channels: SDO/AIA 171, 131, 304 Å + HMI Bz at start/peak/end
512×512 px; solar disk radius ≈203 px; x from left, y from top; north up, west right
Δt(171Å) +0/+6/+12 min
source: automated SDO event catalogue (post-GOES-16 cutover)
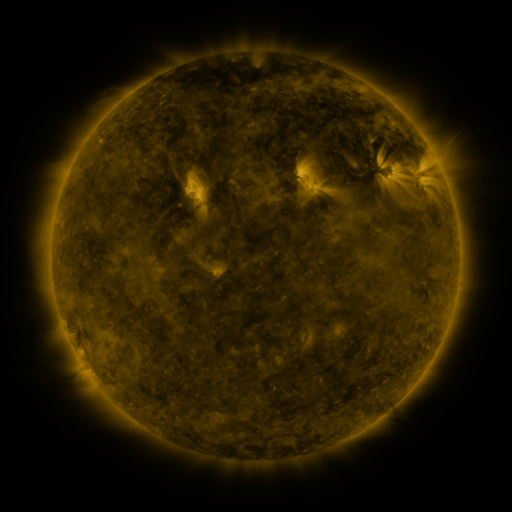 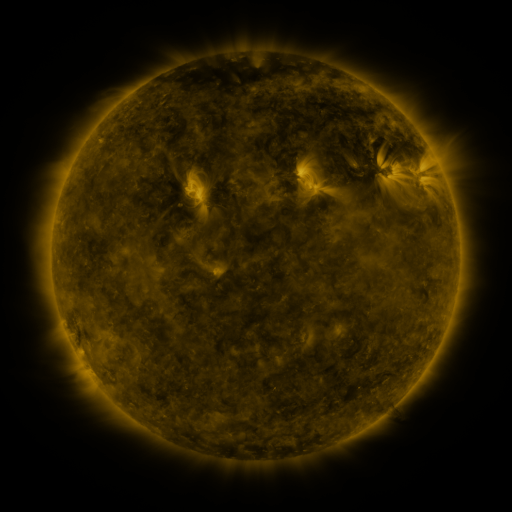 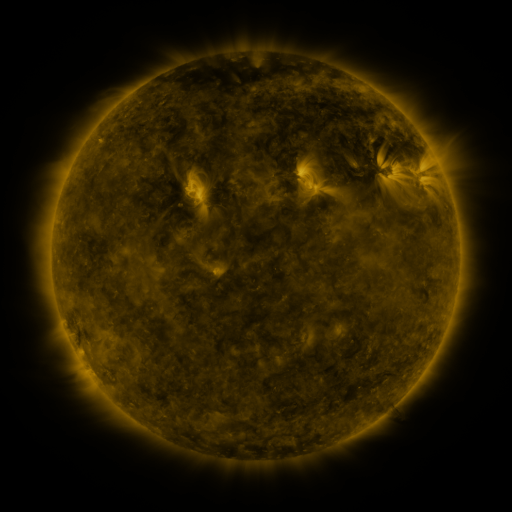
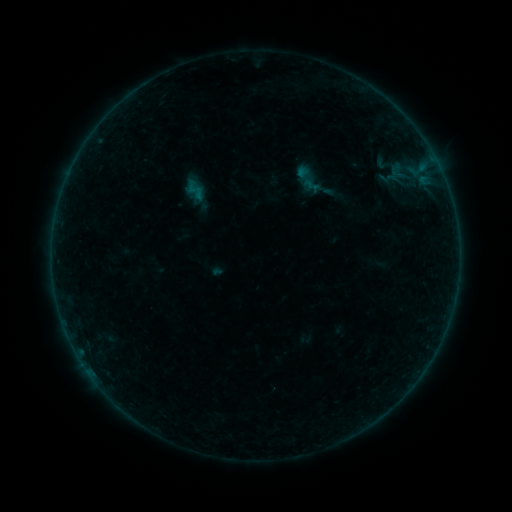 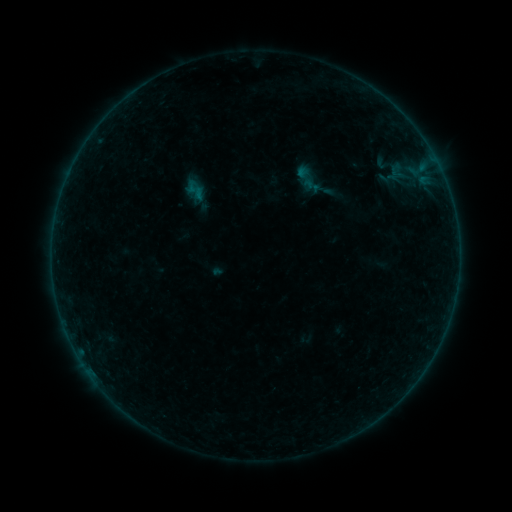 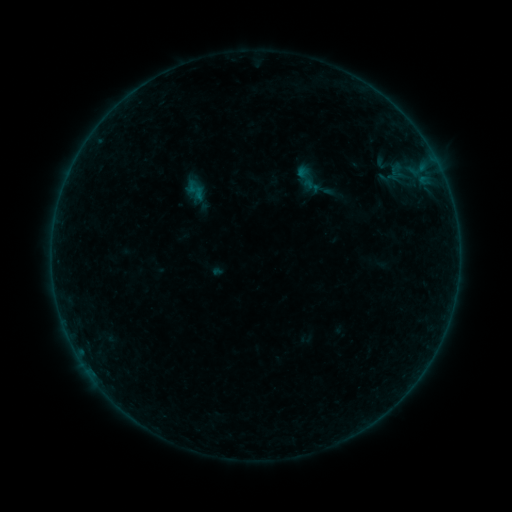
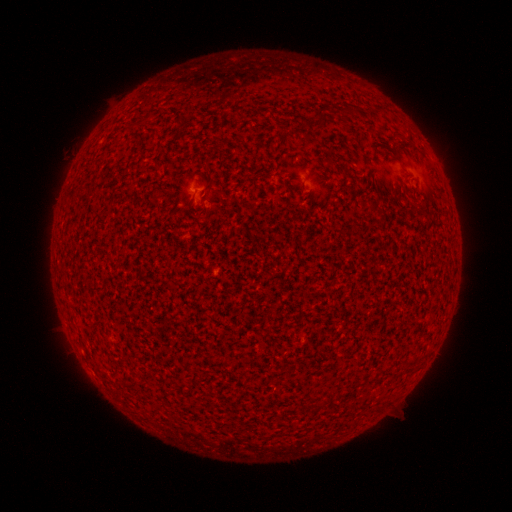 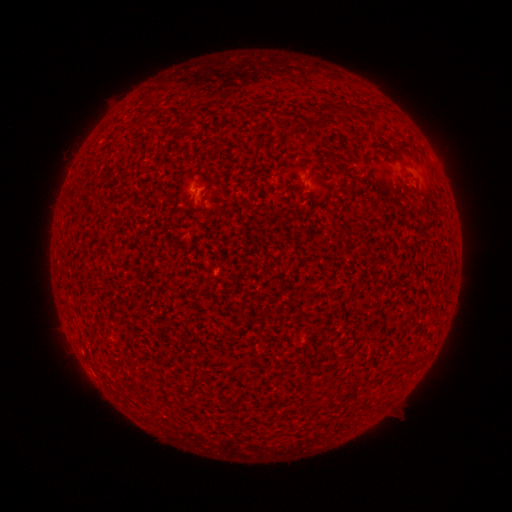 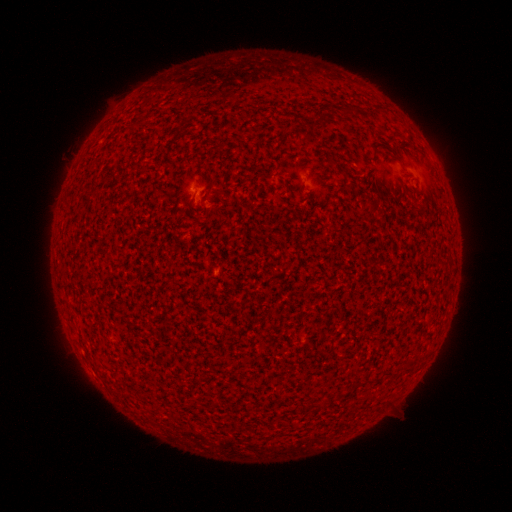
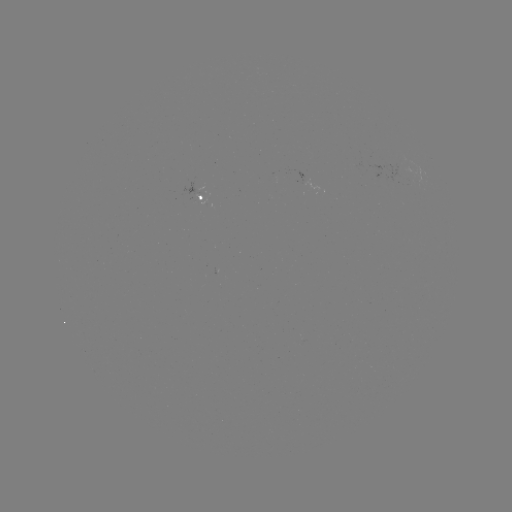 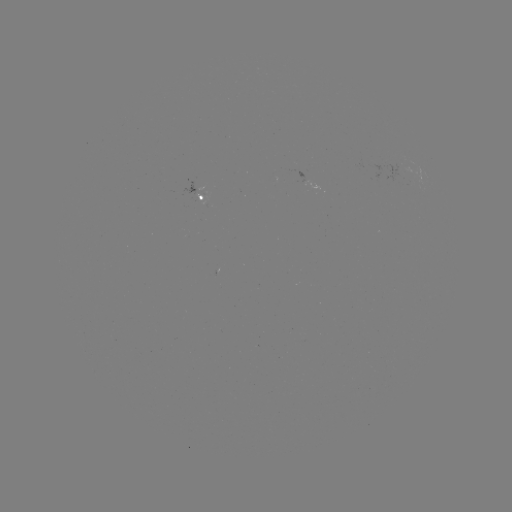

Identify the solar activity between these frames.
A4.3 flare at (195, 189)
